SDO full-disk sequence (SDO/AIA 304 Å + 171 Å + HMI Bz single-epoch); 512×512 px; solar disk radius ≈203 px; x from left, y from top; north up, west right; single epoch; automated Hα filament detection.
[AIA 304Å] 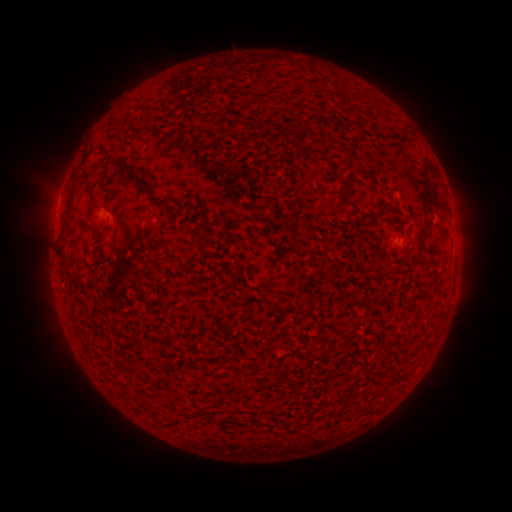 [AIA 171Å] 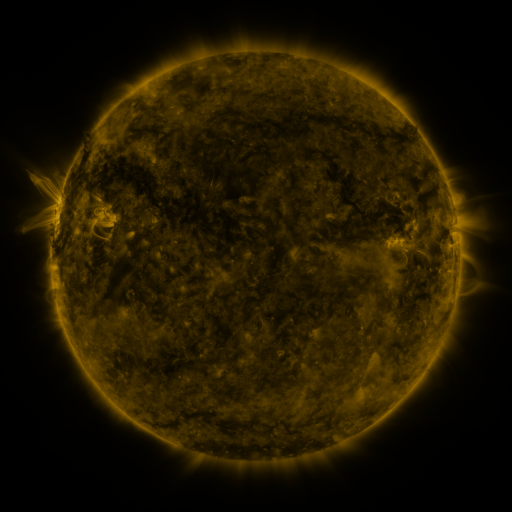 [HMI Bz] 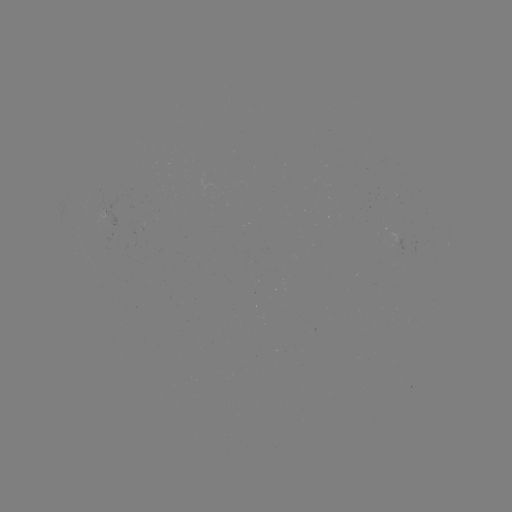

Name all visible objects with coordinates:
filament: (351, 123)
filament: (134, 175)
filament: (69, 214)
filament: (437, 274)
filament: (289, 343)
filament: (212, 416)
